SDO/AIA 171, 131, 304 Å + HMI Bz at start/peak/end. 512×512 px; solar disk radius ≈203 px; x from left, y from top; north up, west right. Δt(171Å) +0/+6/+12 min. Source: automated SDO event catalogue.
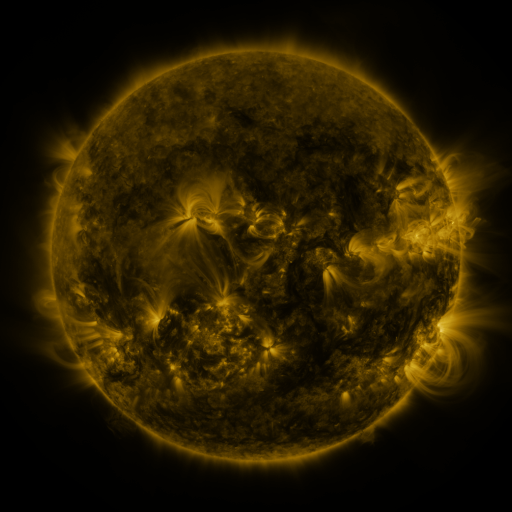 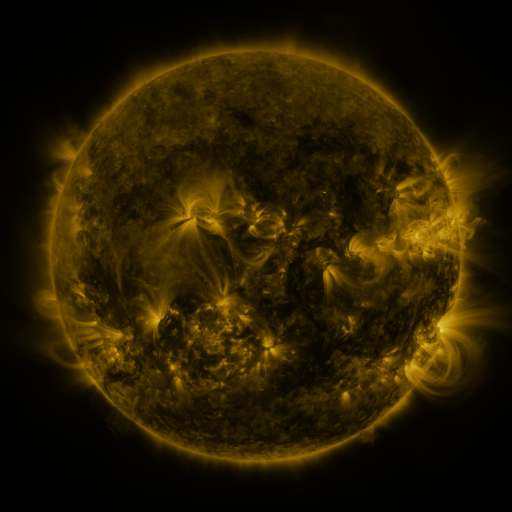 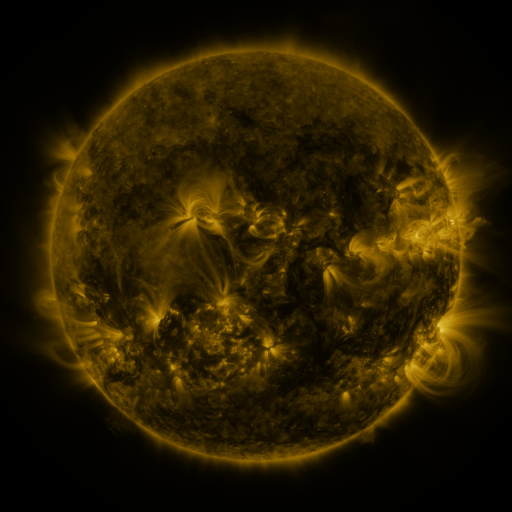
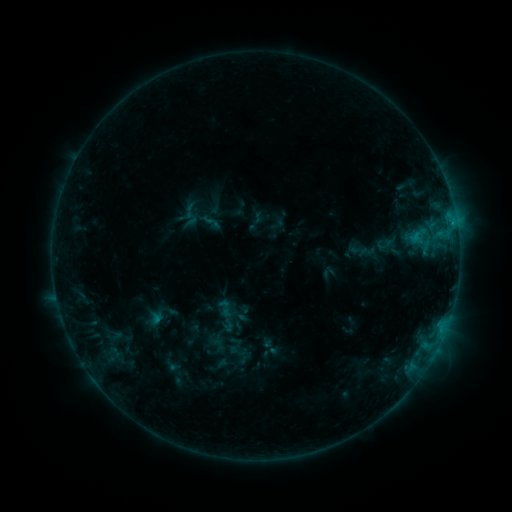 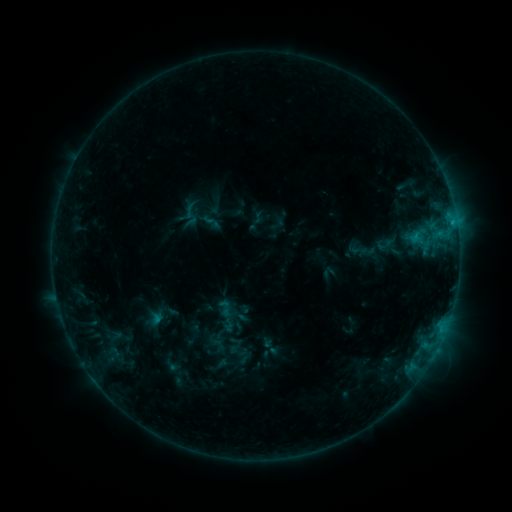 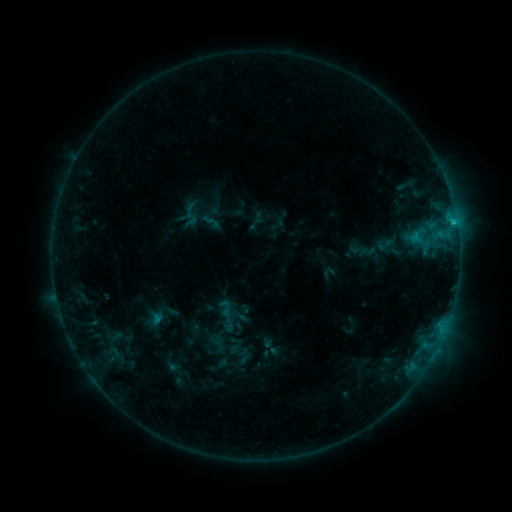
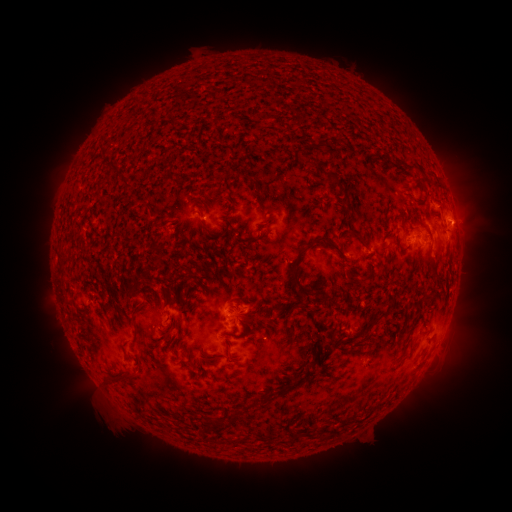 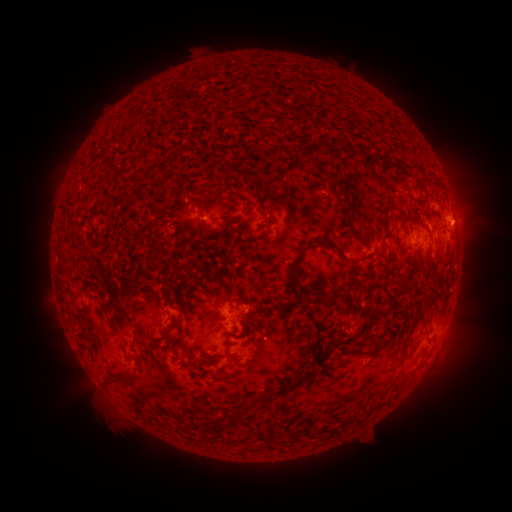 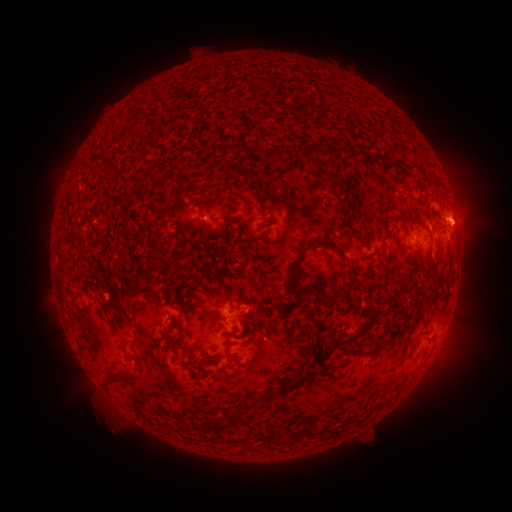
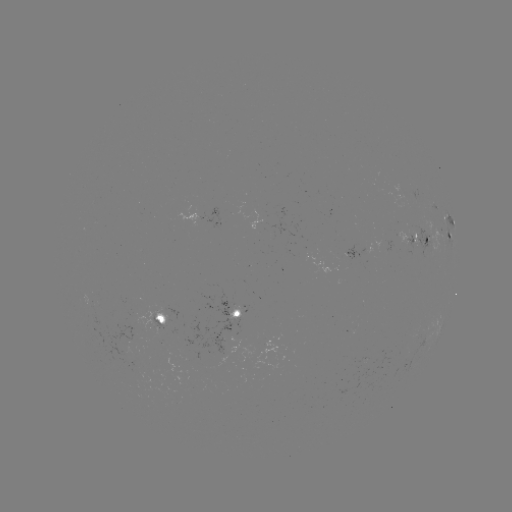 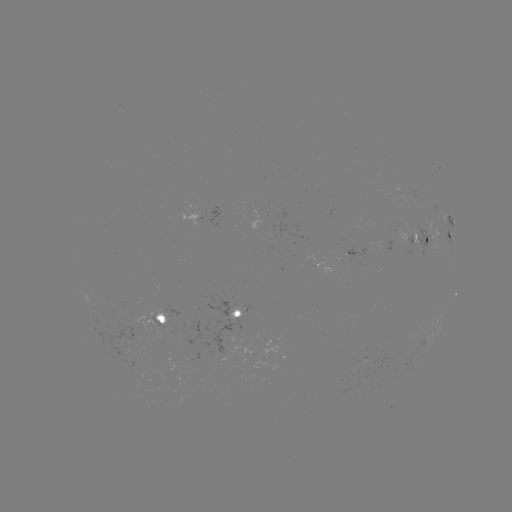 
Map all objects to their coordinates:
C1.0 flare: (451, 225)
